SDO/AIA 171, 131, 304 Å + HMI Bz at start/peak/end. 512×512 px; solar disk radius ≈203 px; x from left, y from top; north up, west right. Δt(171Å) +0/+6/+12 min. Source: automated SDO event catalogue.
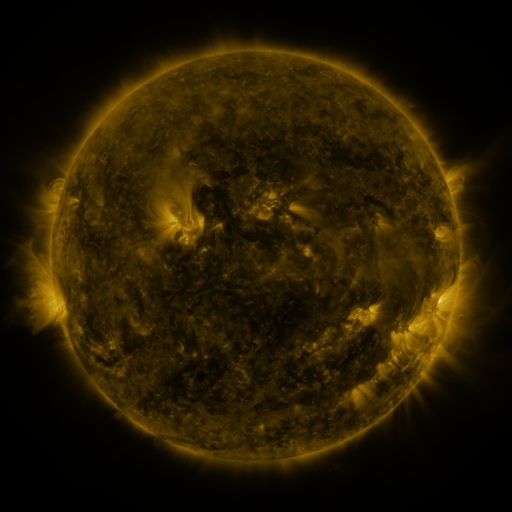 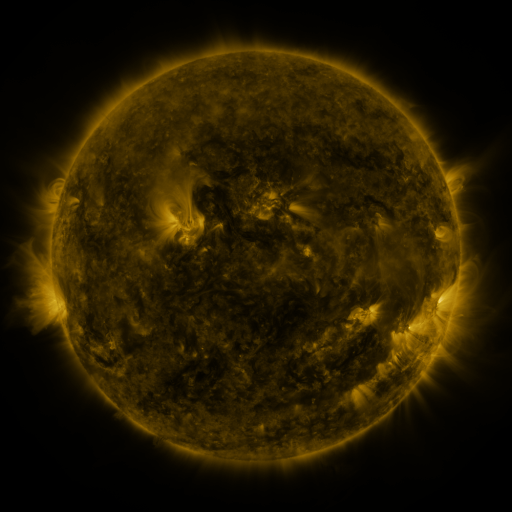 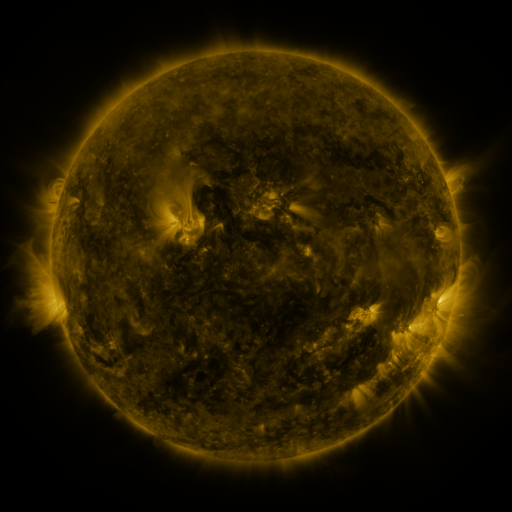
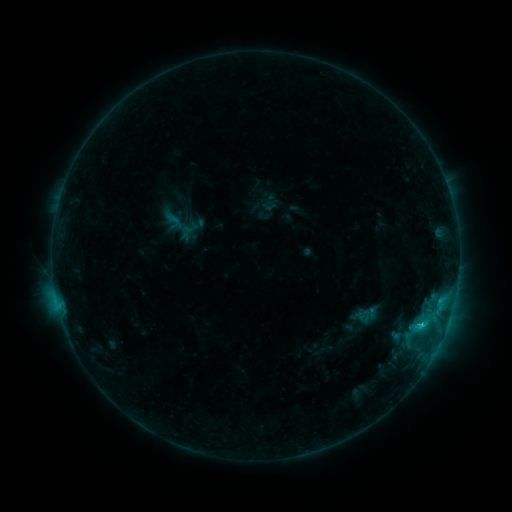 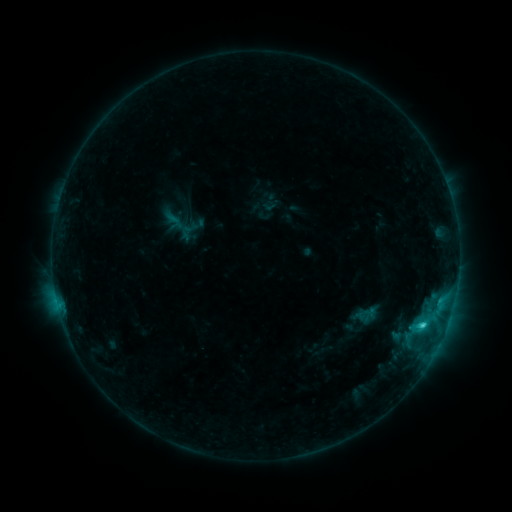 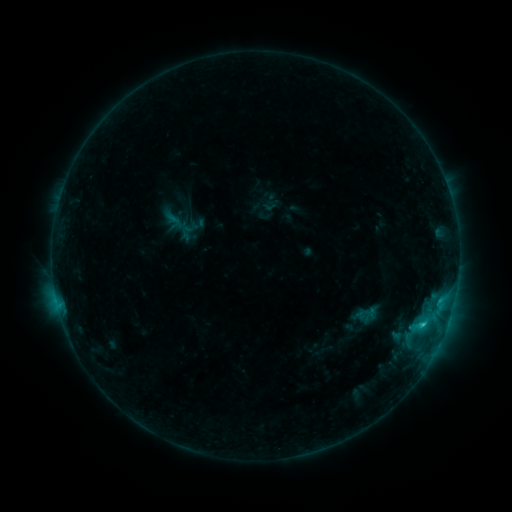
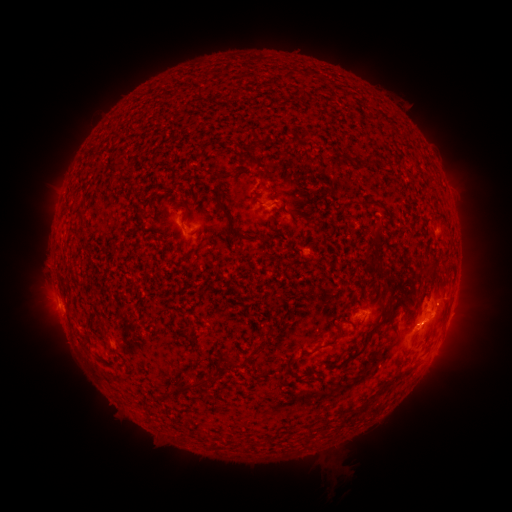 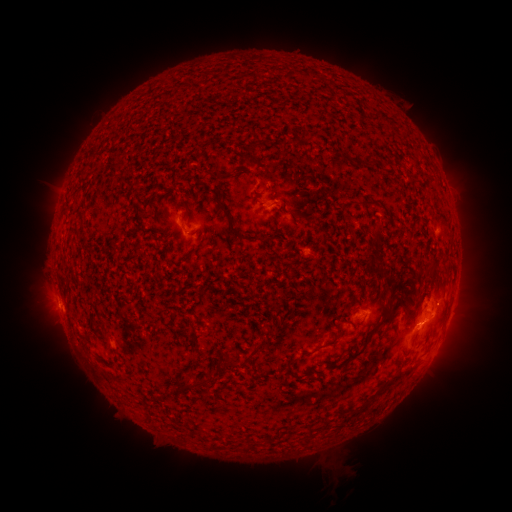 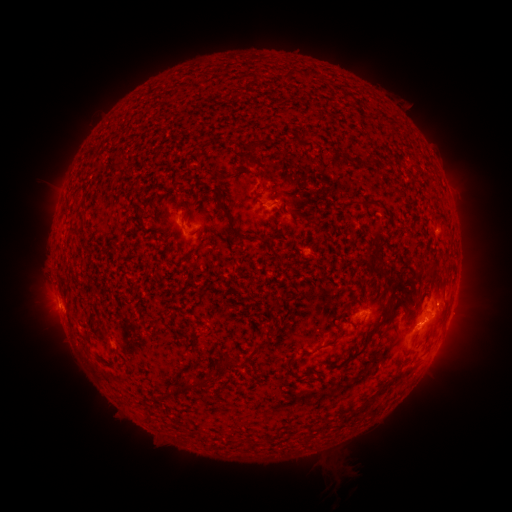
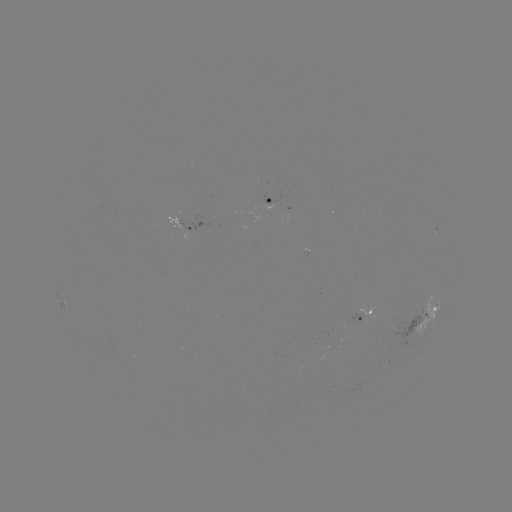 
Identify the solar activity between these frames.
C1.9 flare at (421, 324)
